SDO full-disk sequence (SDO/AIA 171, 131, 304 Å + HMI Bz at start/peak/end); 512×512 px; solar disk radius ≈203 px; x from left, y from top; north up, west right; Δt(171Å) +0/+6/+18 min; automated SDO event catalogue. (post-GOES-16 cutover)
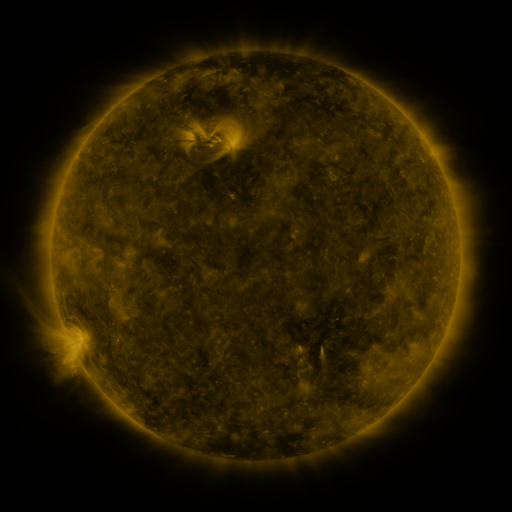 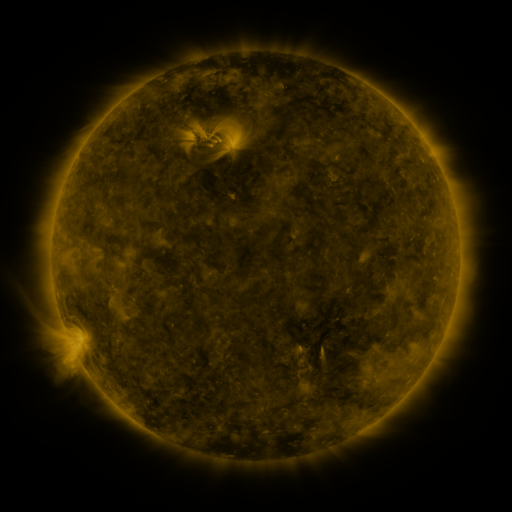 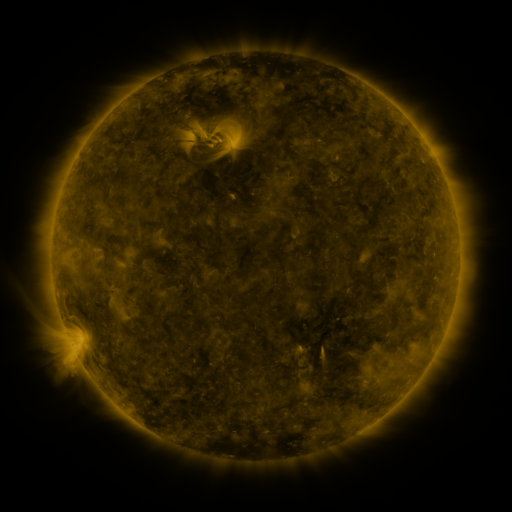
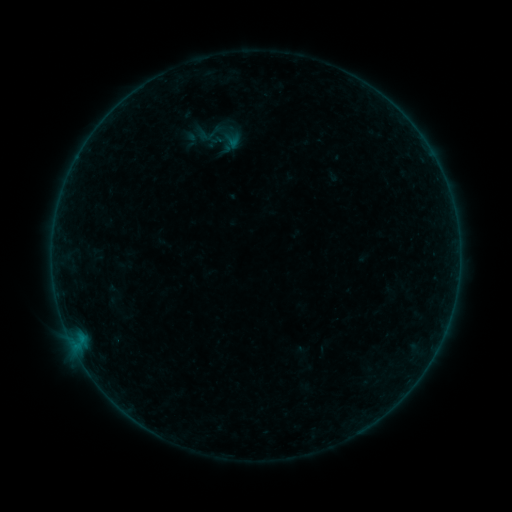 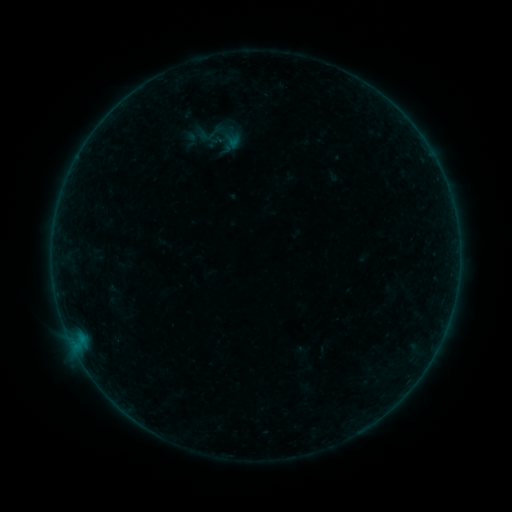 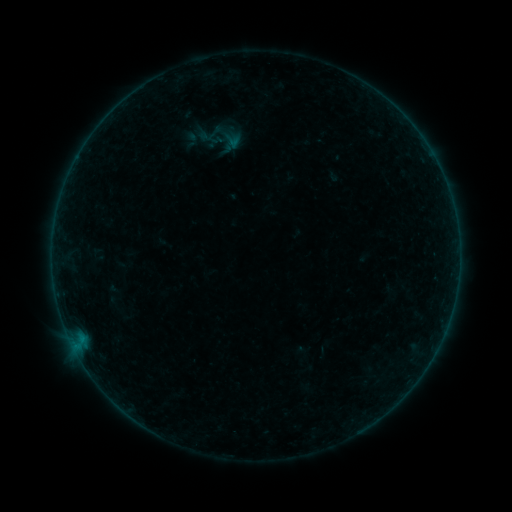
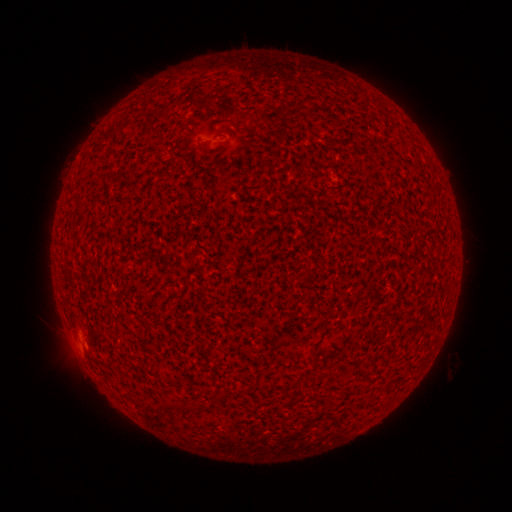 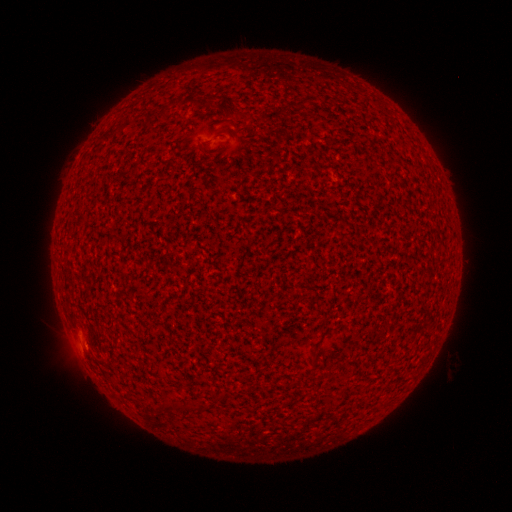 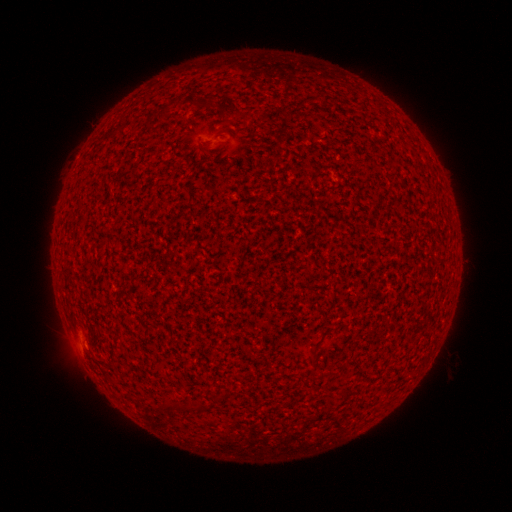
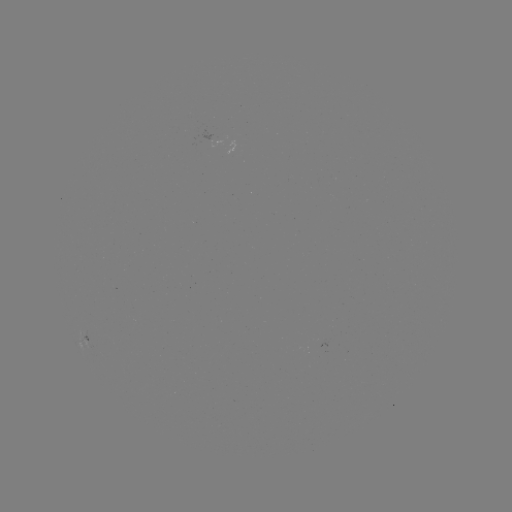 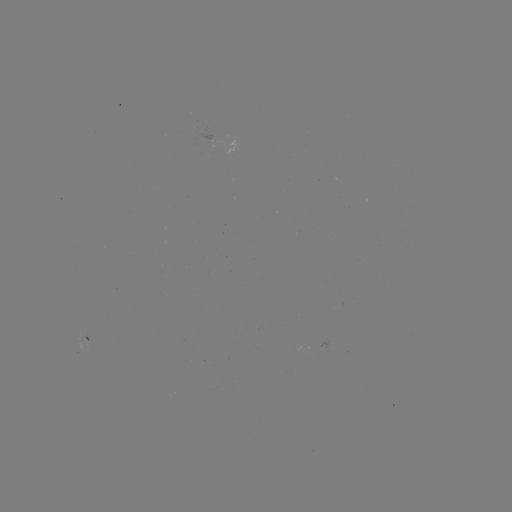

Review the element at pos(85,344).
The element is A4.0 flare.